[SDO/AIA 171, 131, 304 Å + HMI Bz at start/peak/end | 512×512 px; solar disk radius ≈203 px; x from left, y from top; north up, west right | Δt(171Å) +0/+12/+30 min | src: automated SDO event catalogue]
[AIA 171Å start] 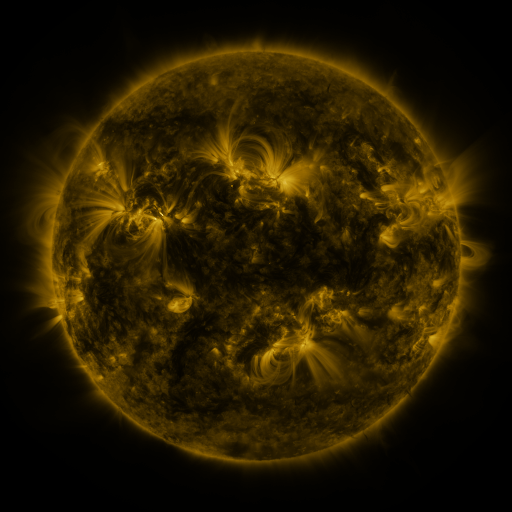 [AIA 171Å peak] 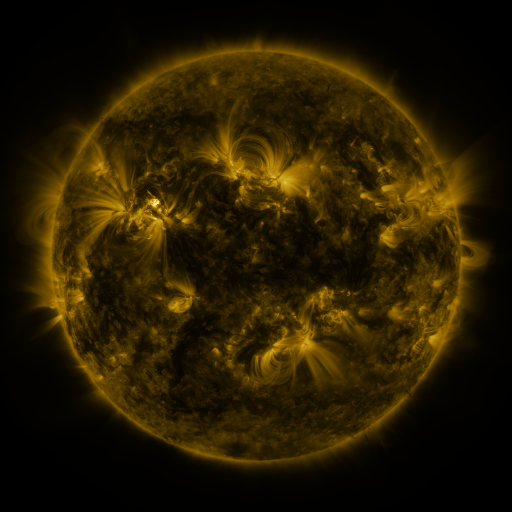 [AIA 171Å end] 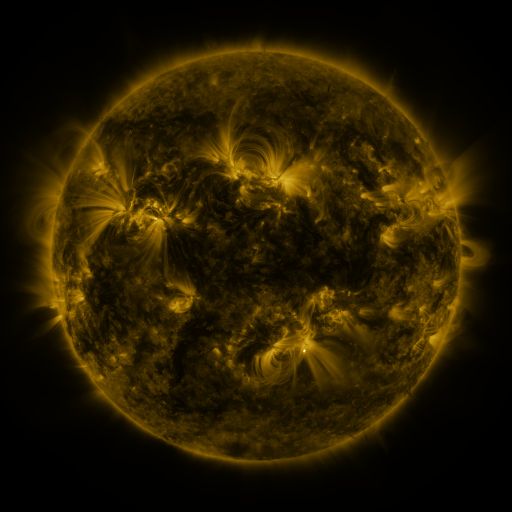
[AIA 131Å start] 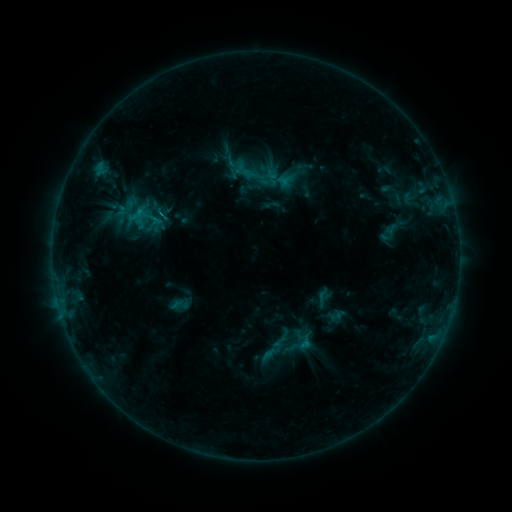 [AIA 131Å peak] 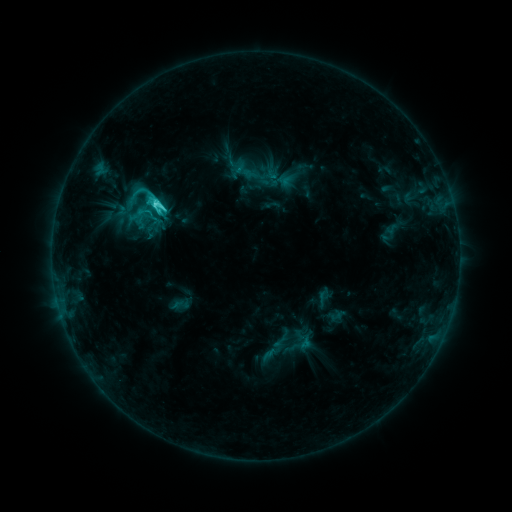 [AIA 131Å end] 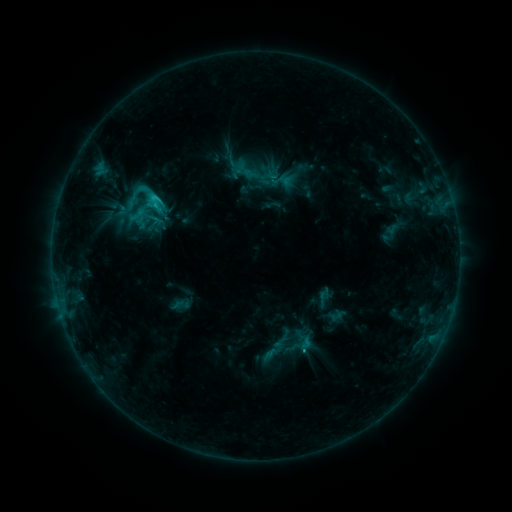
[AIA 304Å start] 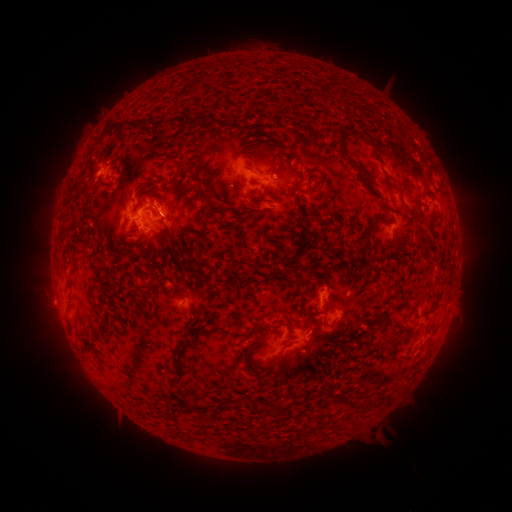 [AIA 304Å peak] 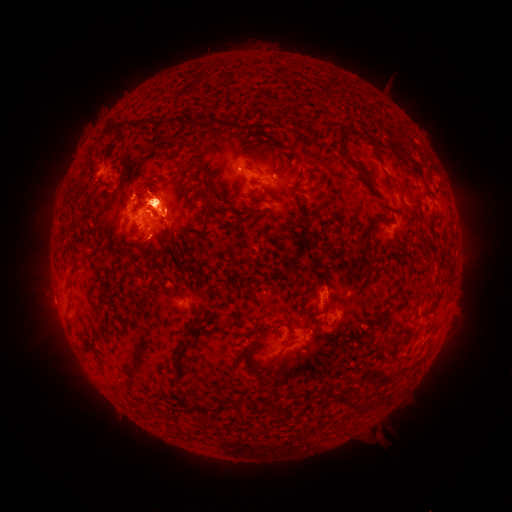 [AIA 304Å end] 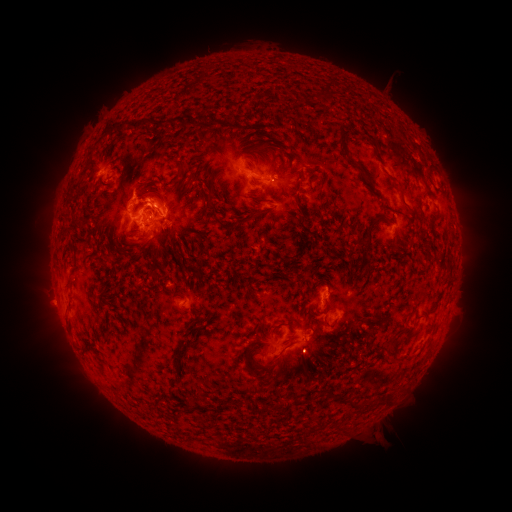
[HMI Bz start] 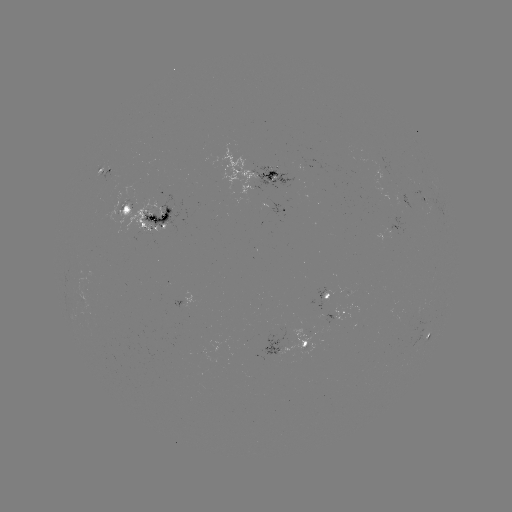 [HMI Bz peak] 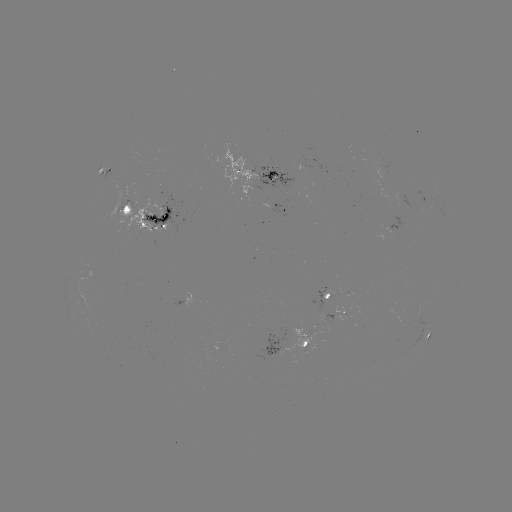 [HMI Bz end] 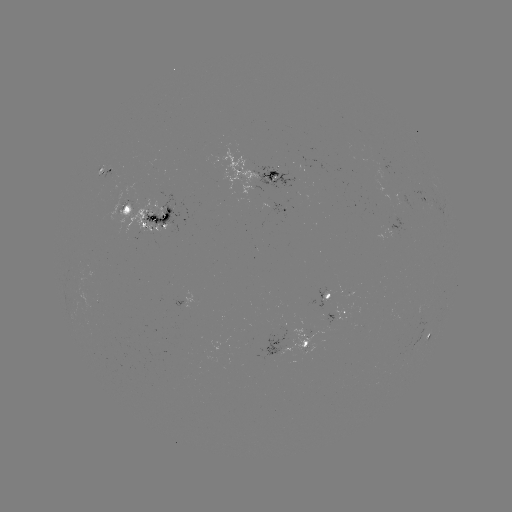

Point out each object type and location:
C5.3 flare: (155, 207)
